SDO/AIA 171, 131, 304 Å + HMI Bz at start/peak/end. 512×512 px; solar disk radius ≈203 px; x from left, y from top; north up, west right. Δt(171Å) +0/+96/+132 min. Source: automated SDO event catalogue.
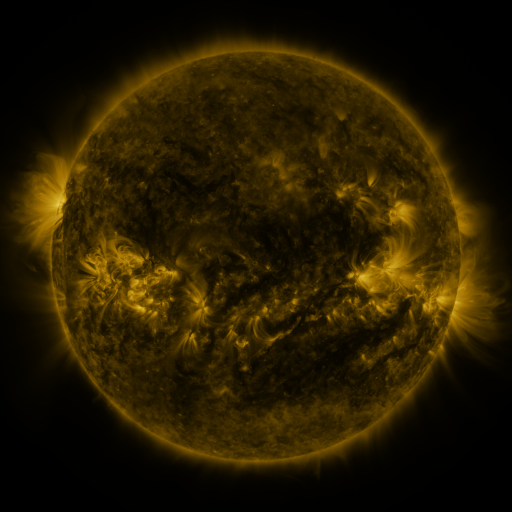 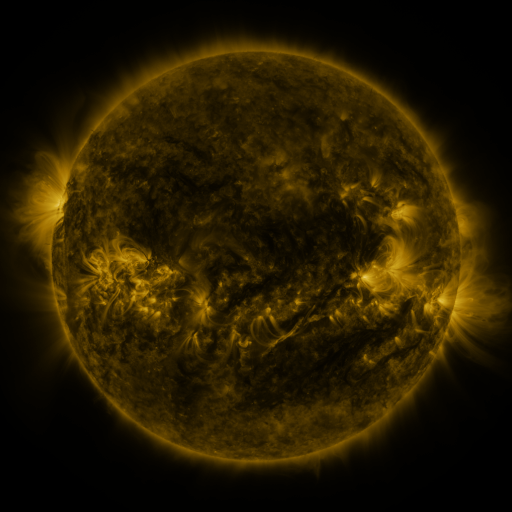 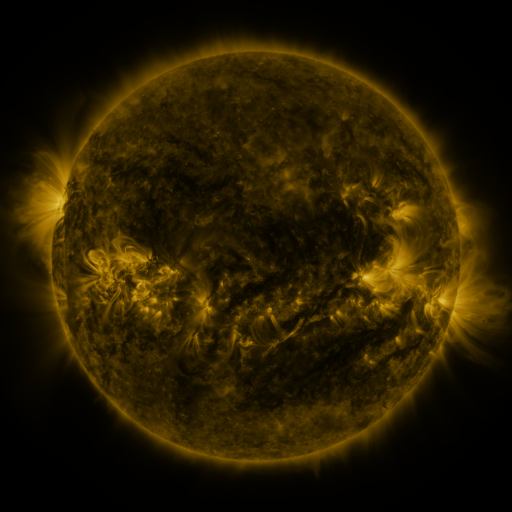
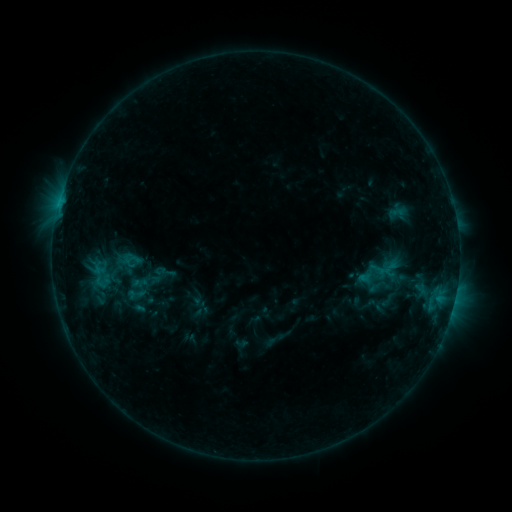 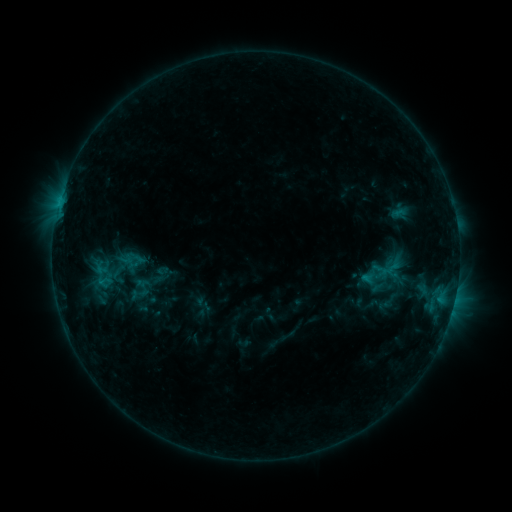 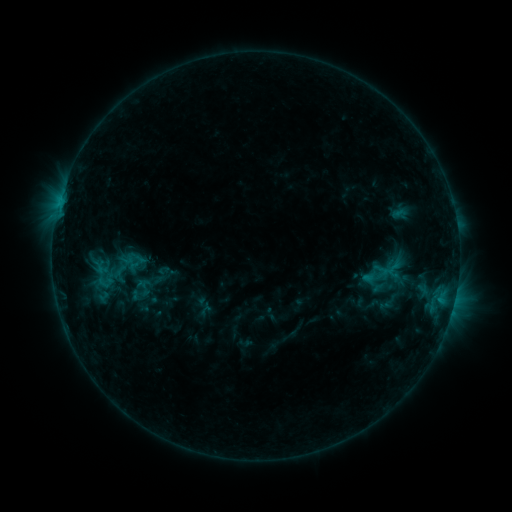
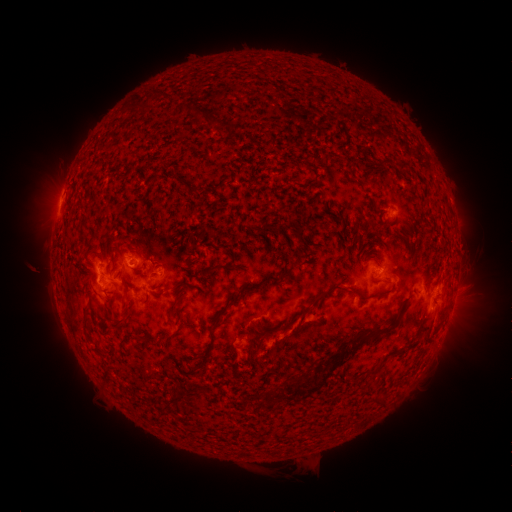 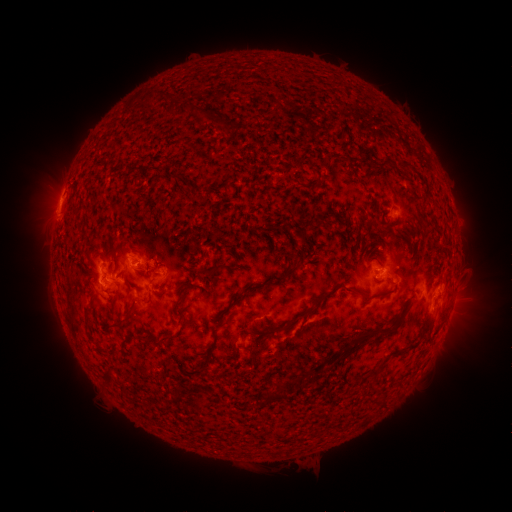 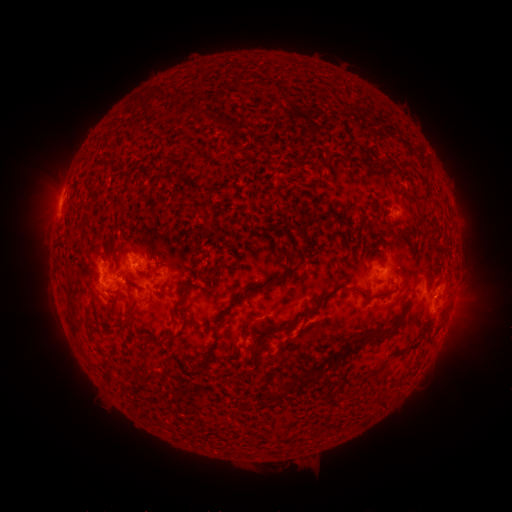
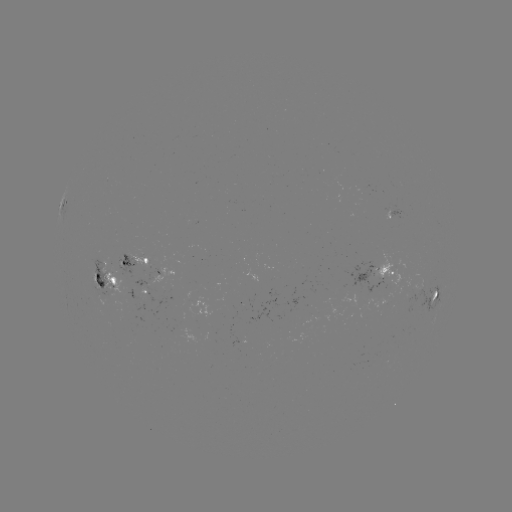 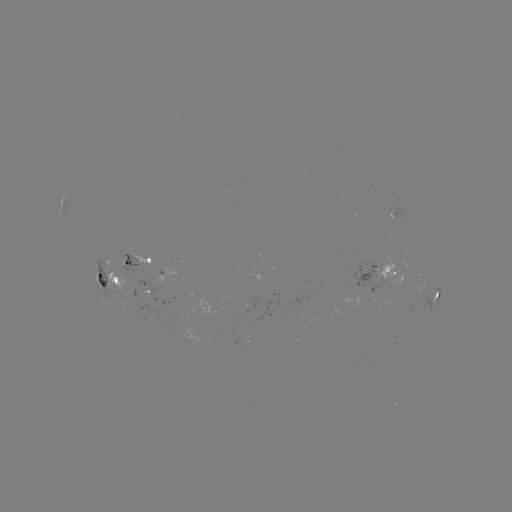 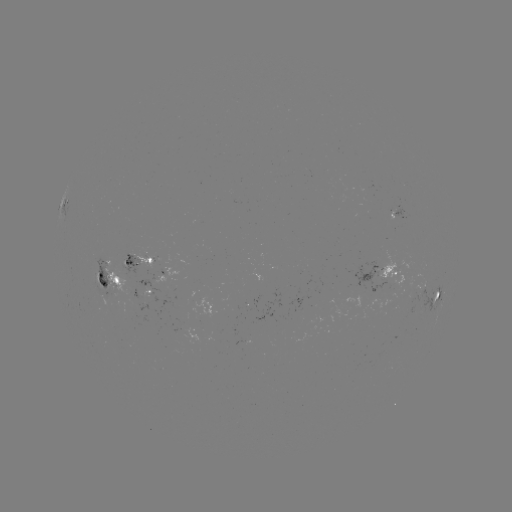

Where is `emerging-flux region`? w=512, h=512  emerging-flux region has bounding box [126, 253, 154, 269].